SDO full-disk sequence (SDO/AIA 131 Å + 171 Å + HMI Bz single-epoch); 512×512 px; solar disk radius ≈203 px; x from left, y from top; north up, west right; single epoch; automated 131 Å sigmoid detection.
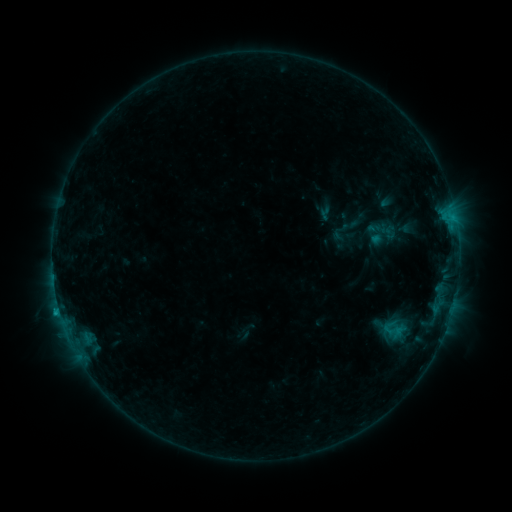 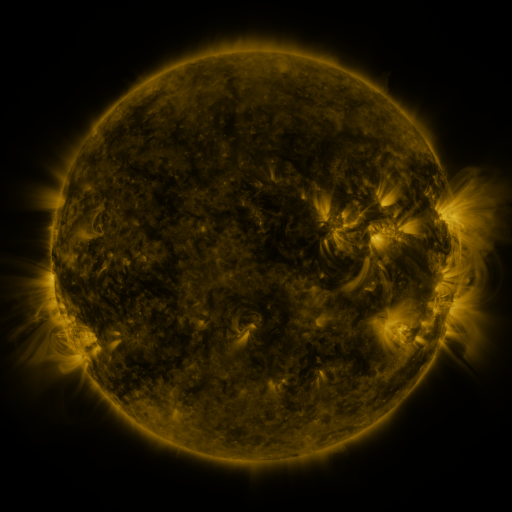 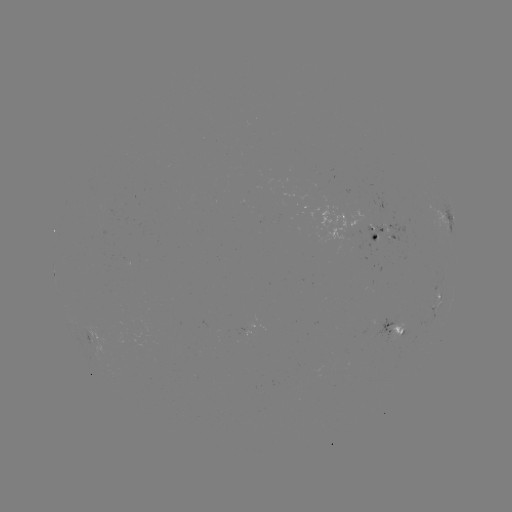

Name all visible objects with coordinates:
sigmoid: [380, 317, 406, 342]
